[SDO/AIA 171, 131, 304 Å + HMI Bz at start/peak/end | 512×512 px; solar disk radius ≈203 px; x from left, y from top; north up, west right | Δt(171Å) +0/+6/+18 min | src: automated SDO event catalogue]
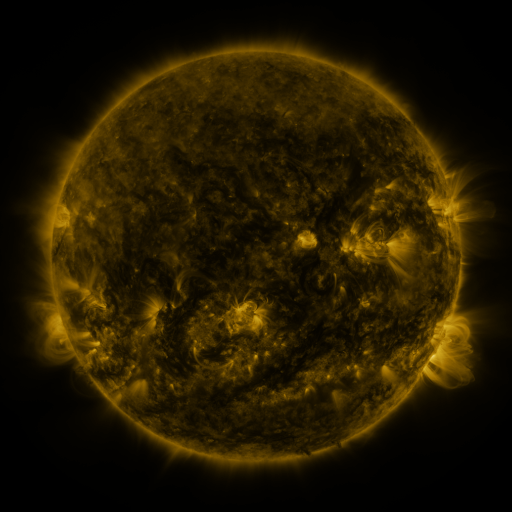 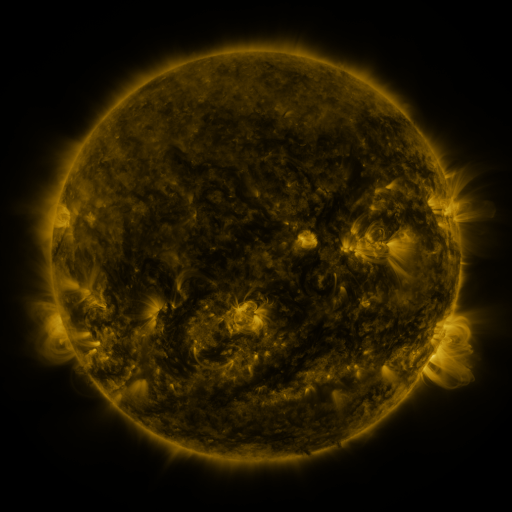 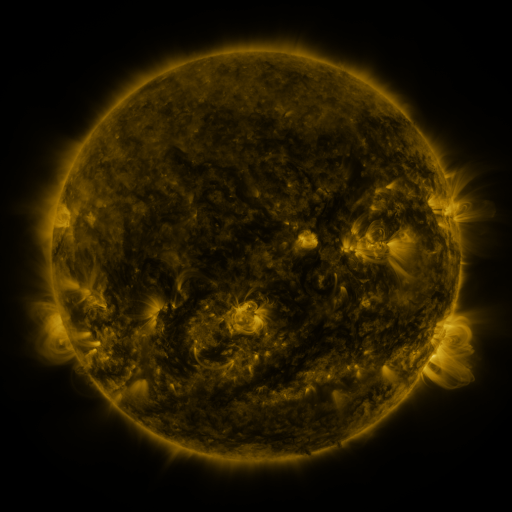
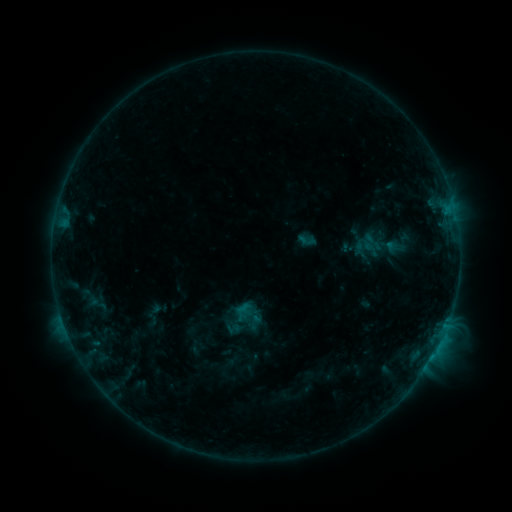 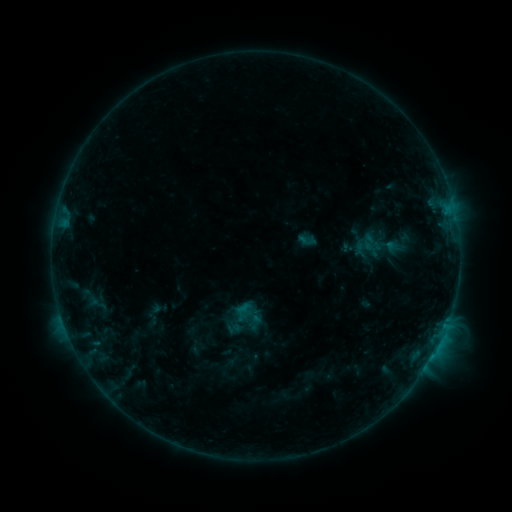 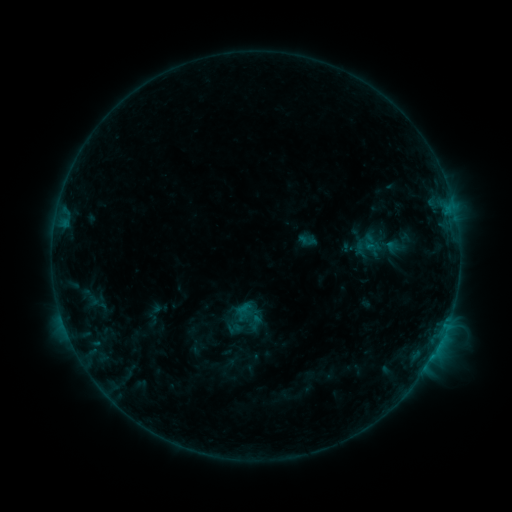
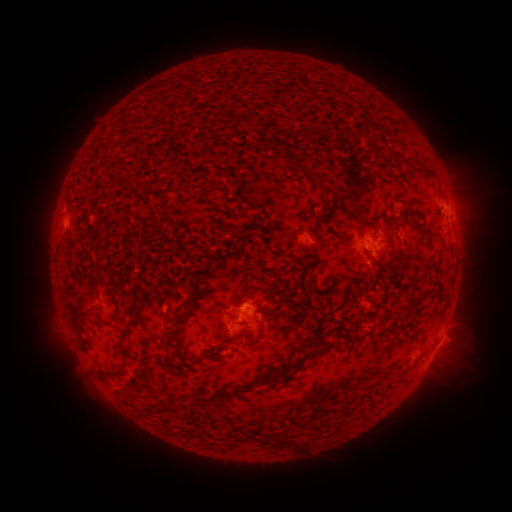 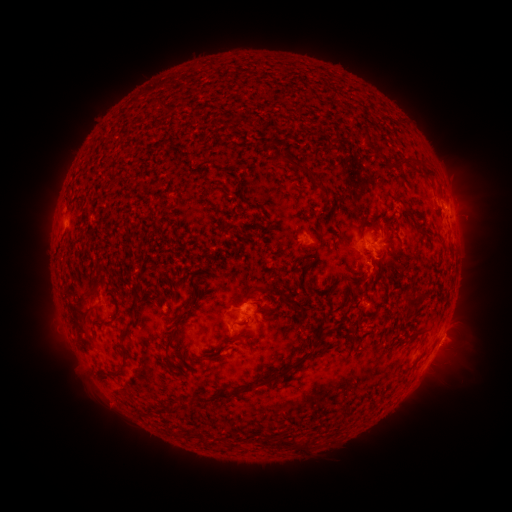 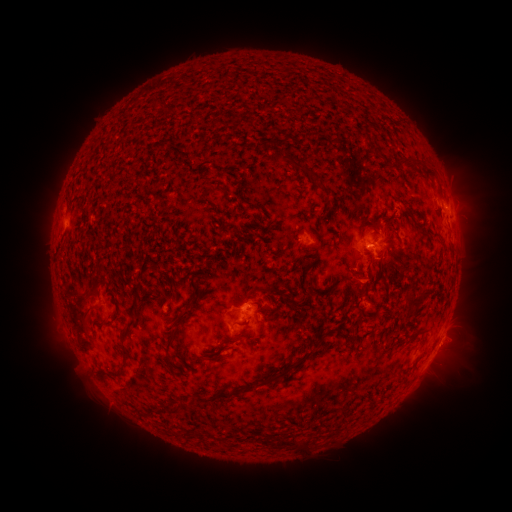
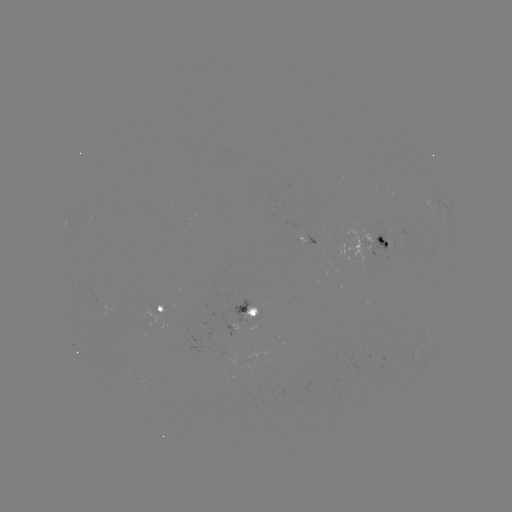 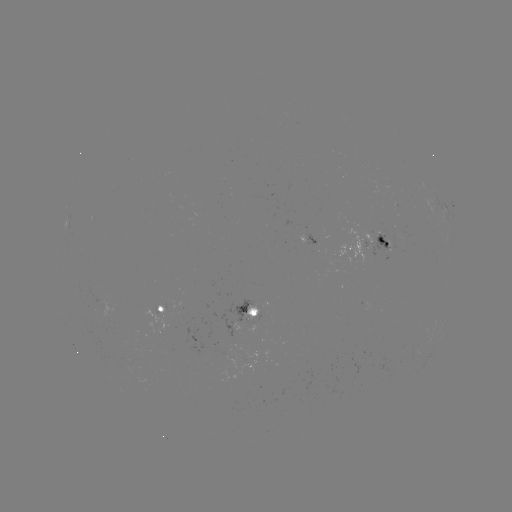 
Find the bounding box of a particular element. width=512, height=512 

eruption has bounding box [351, 254, 397, 299].